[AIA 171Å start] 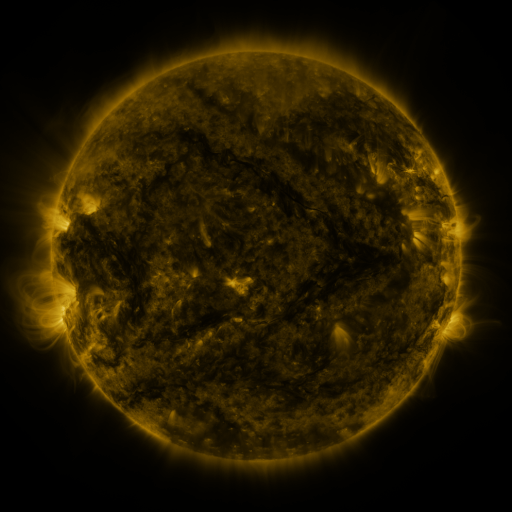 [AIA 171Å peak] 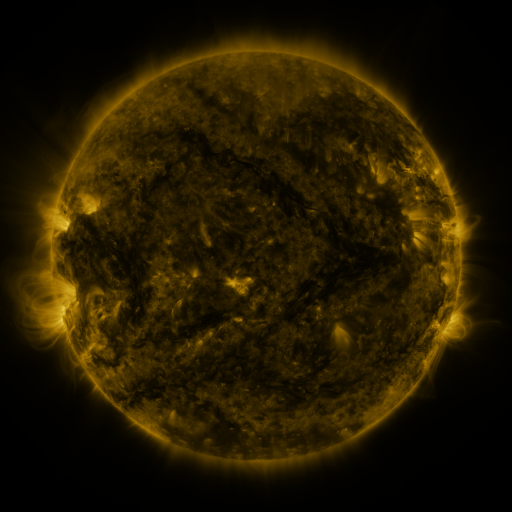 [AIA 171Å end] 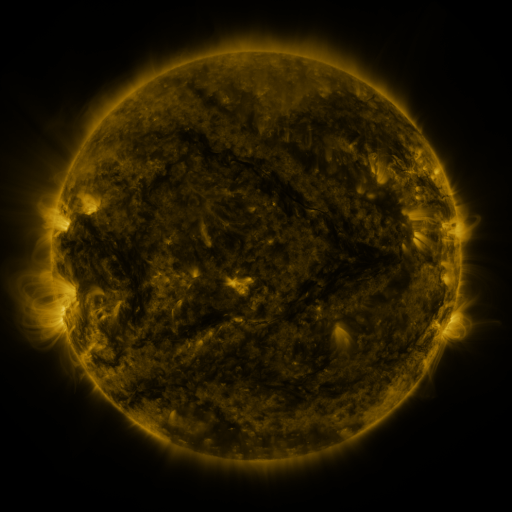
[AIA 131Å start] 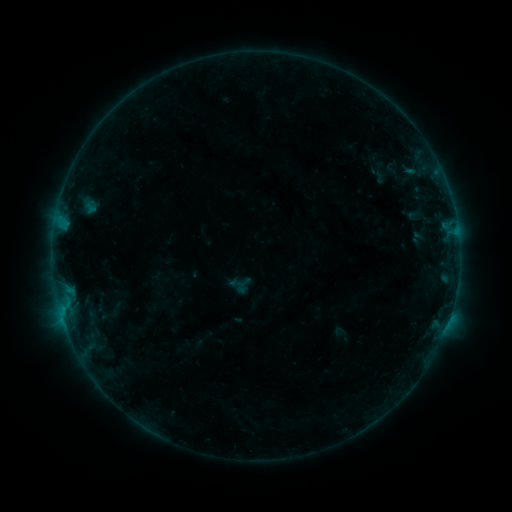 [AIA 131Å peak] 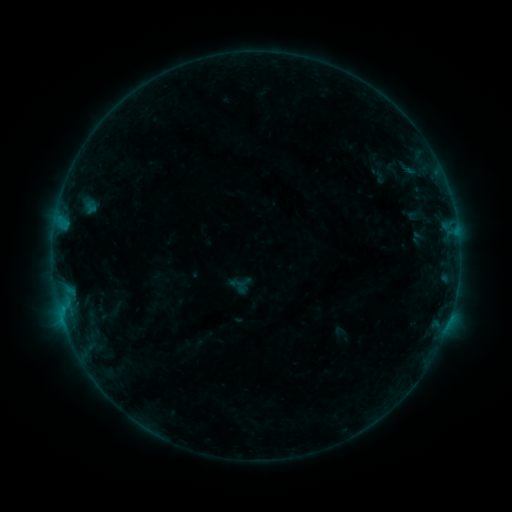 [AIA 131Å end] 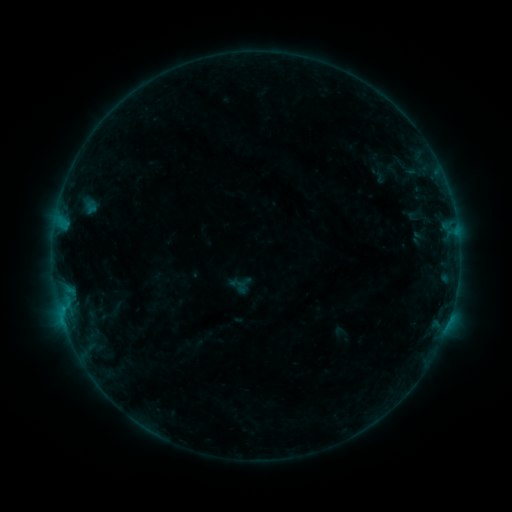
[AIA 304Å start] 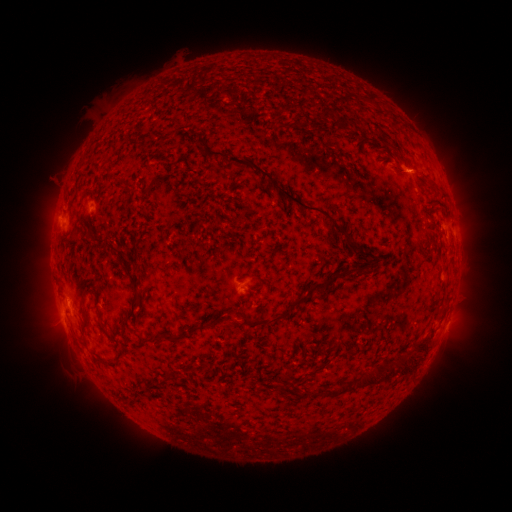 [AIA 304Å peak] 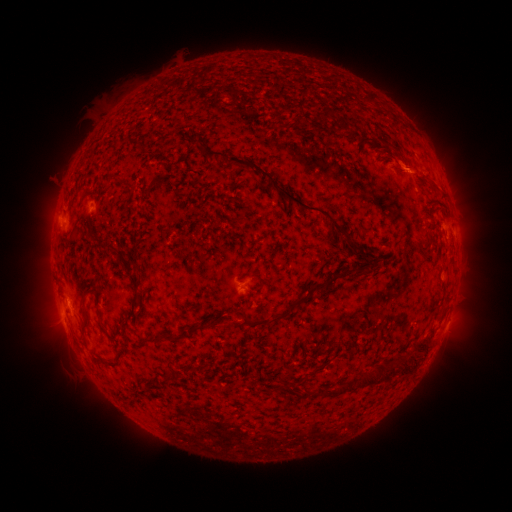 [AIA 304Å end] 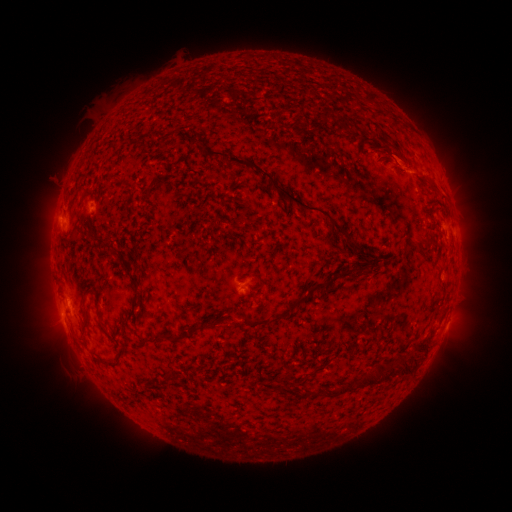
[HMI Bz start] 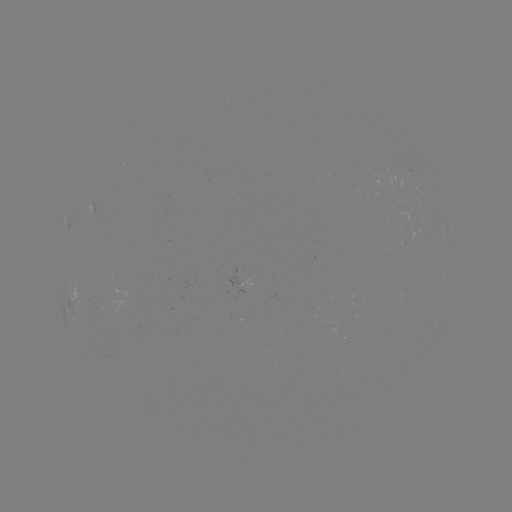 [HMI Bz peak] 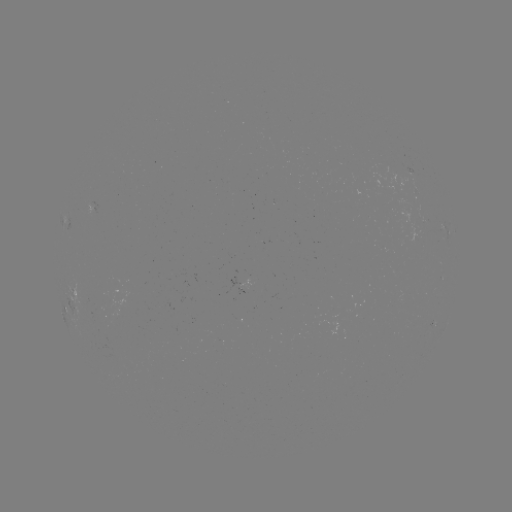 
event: eruption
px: (406, 162)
